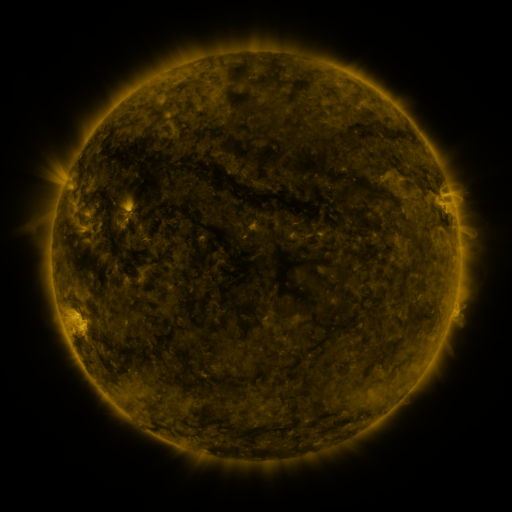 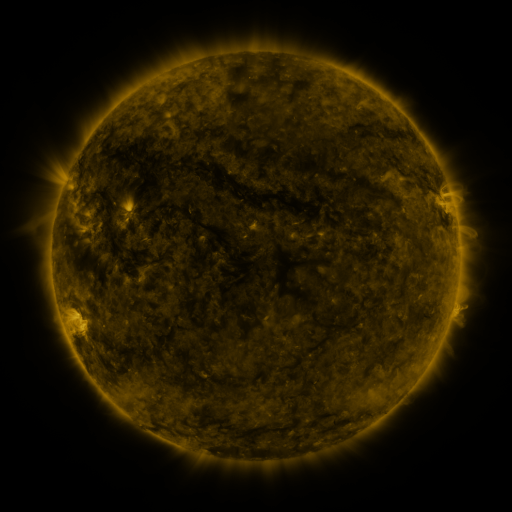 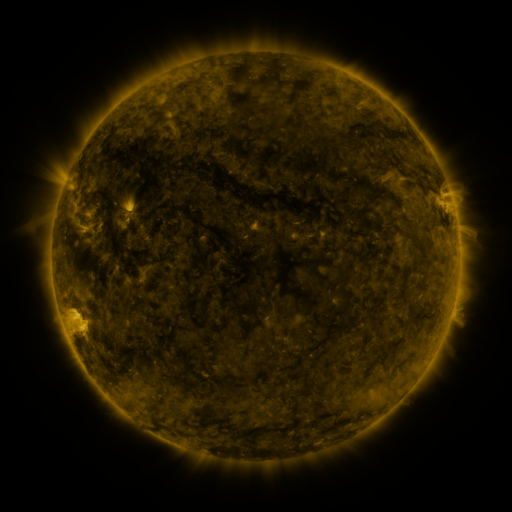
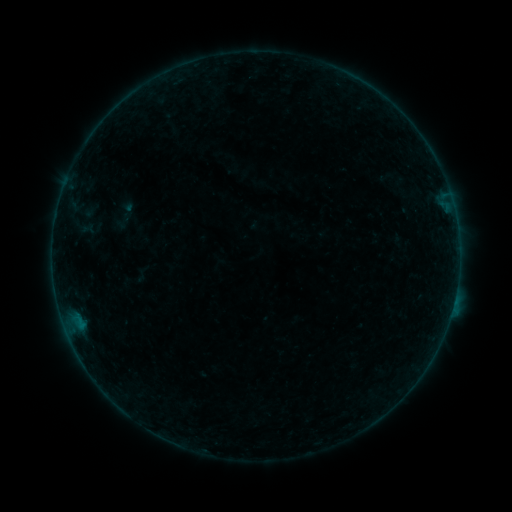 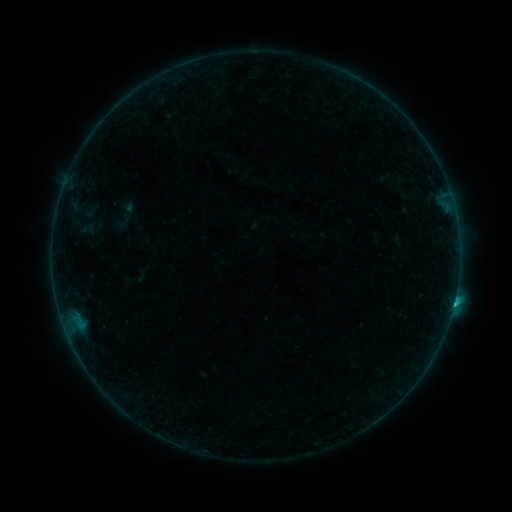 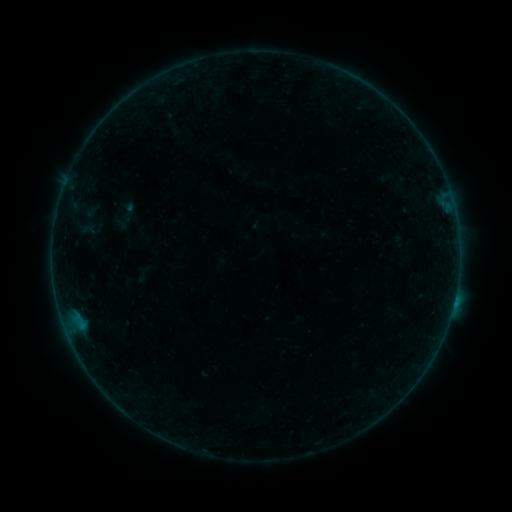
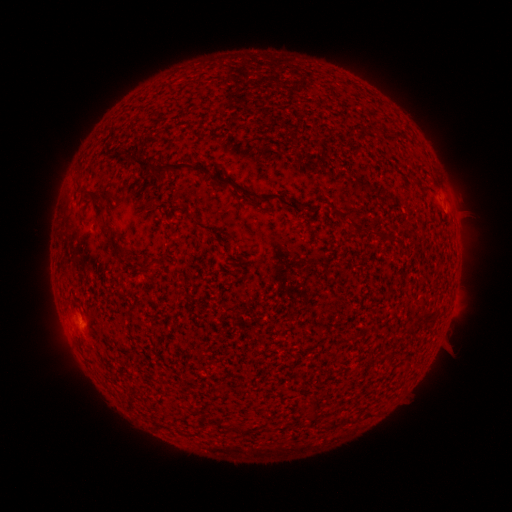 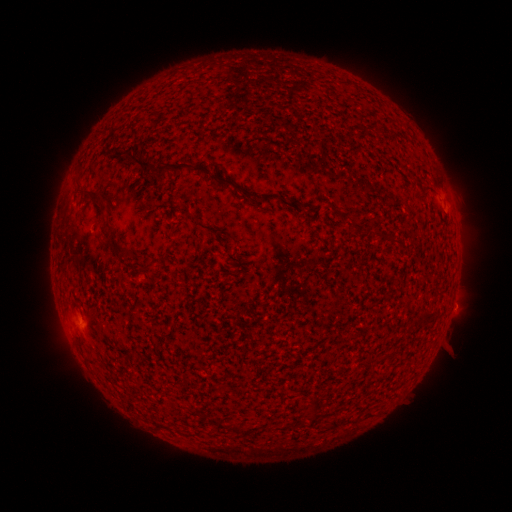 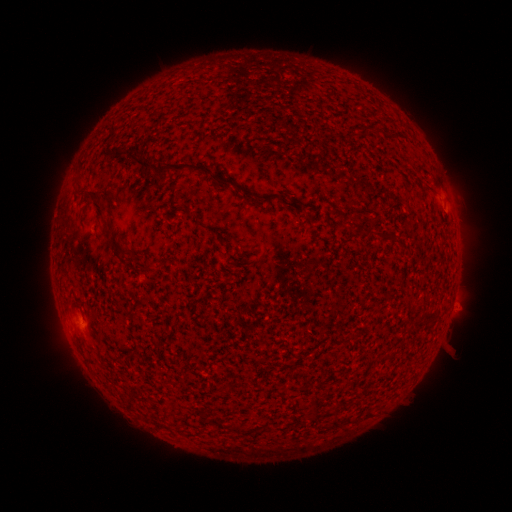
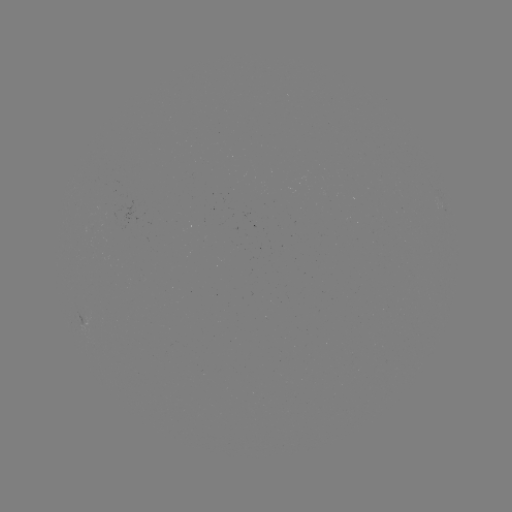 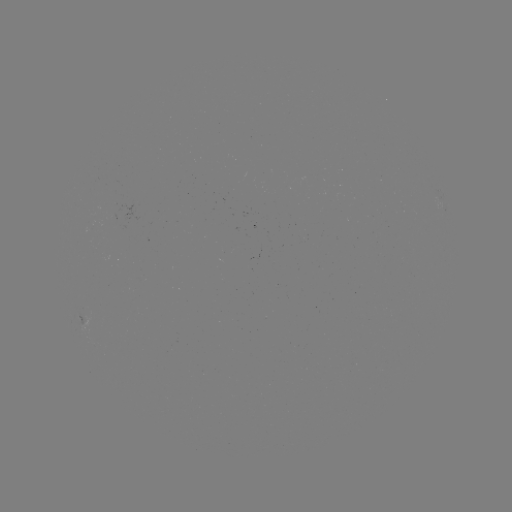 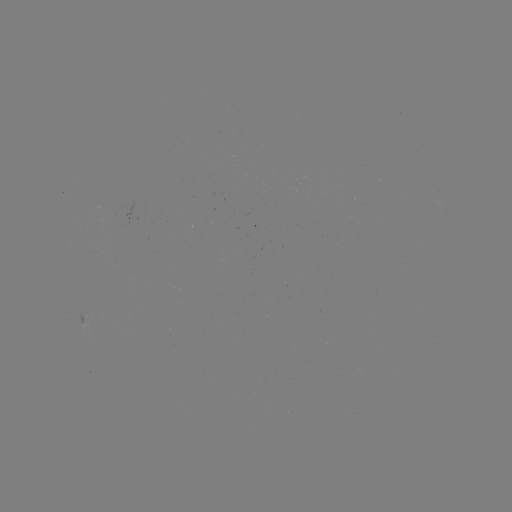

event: flare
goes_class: B9.3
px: (453, 302)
